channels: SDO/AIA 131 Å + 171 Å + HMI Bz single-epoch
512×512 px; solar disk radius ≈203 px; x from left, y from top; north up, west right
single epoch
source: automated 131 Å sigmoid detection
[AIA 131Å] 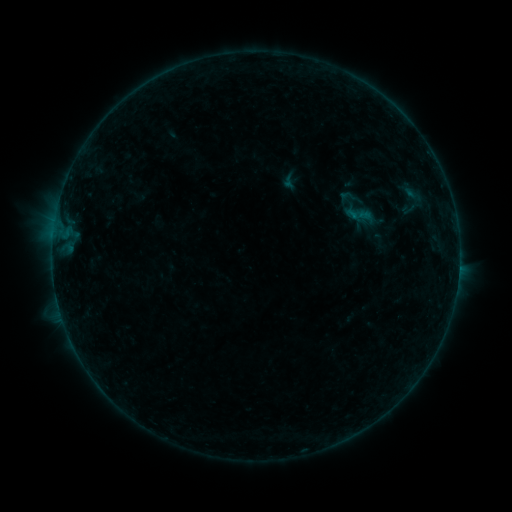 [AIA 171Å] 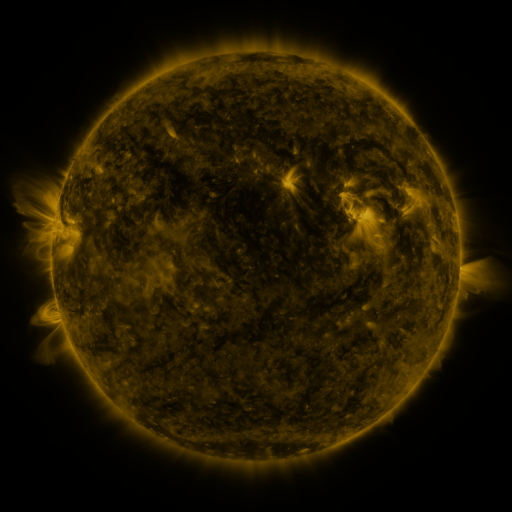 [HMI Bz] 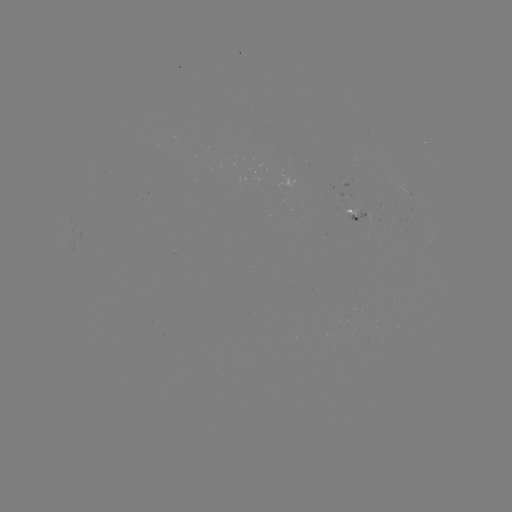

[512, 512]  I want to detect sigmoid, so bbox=[396, 194, 425, 223].